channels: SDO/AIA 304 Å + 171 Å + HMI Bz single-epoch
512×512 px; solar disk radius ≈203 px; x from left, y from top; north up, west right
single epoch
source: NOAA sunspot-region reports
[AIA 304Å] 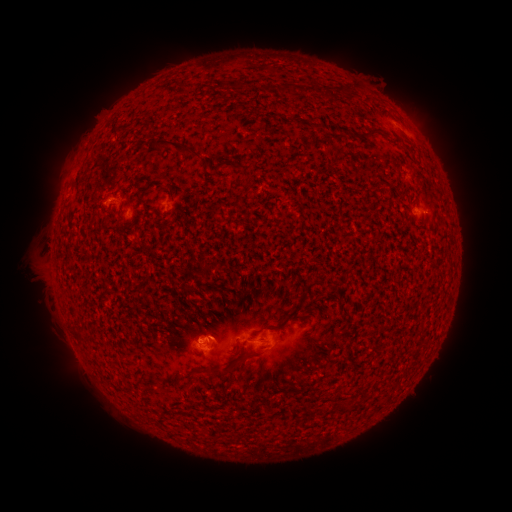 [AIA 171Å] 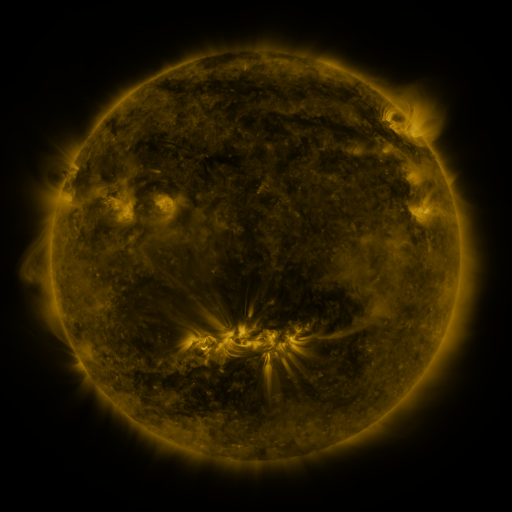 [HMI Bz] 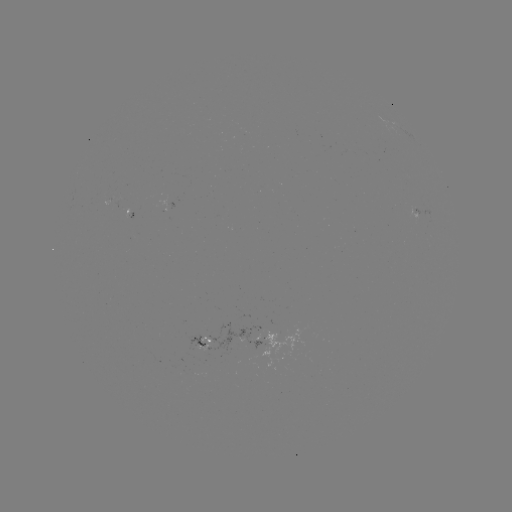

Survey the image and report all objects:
spotted active region: (134, 215)
spotted active region: (414, 217)
spotted active region: (259, 336)
spotted active region: (204, 346)
